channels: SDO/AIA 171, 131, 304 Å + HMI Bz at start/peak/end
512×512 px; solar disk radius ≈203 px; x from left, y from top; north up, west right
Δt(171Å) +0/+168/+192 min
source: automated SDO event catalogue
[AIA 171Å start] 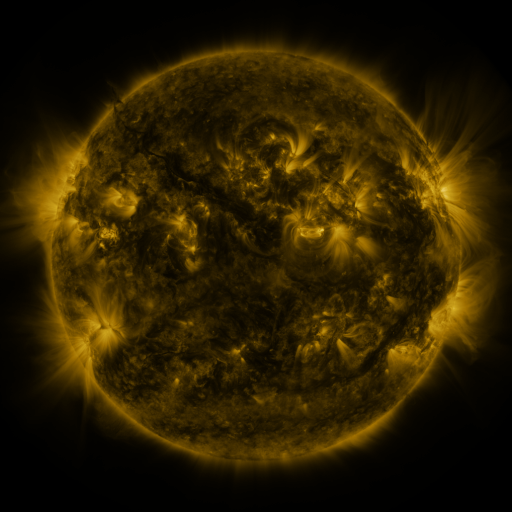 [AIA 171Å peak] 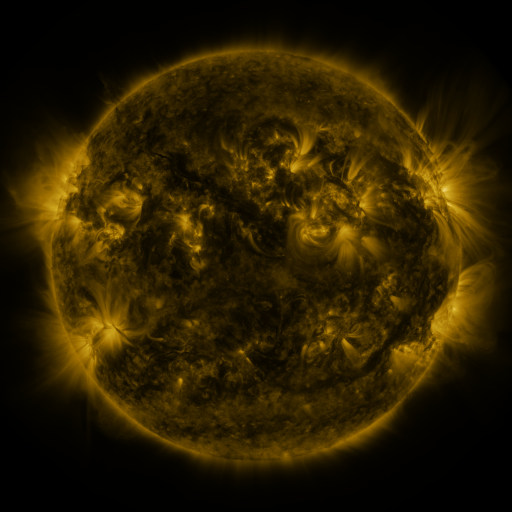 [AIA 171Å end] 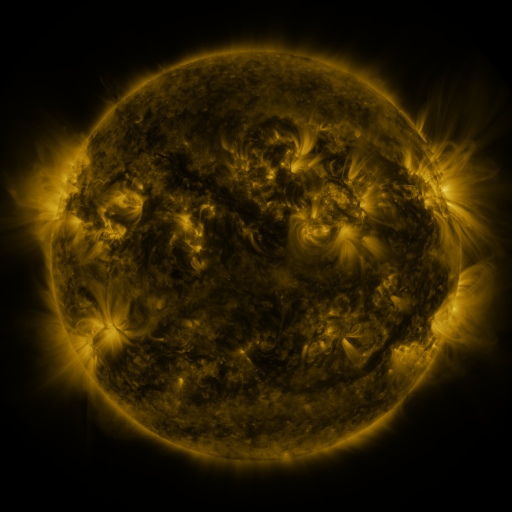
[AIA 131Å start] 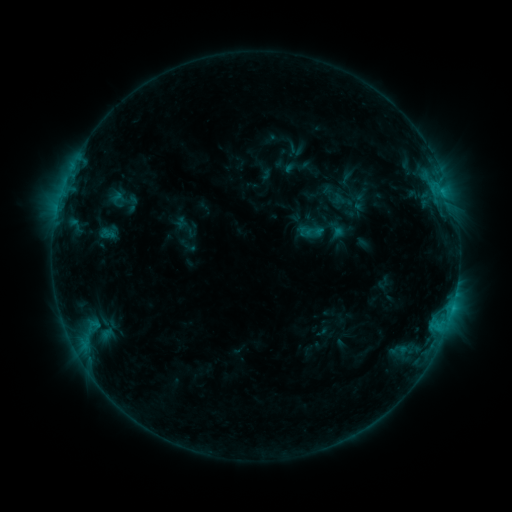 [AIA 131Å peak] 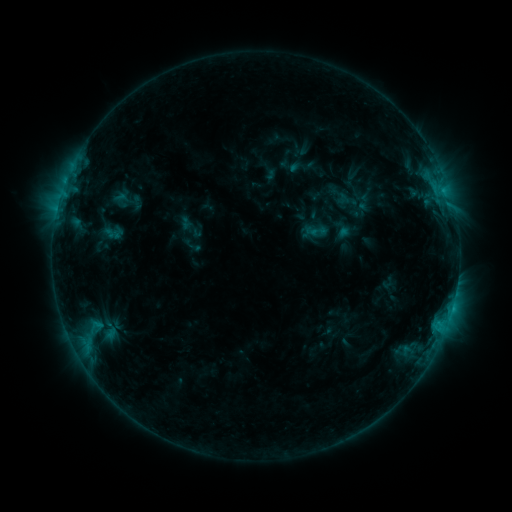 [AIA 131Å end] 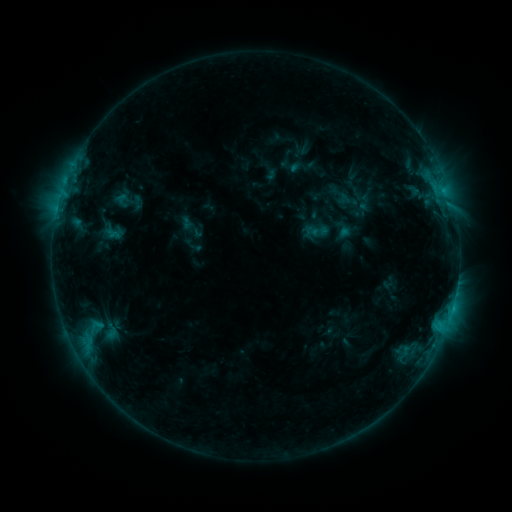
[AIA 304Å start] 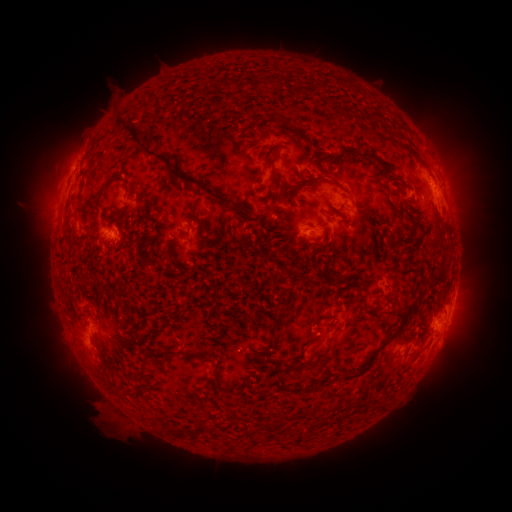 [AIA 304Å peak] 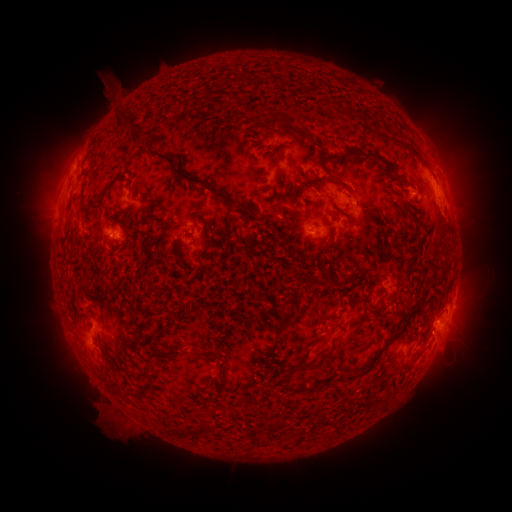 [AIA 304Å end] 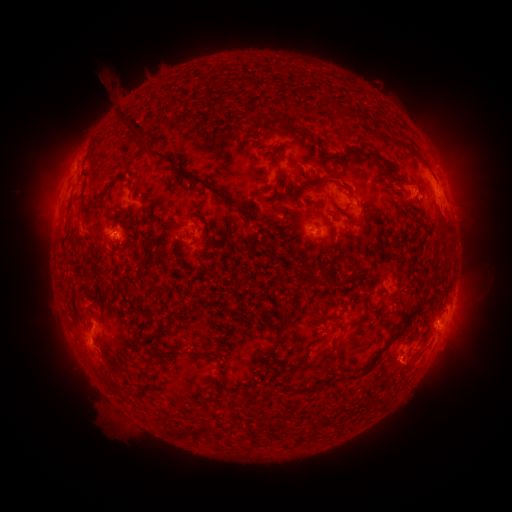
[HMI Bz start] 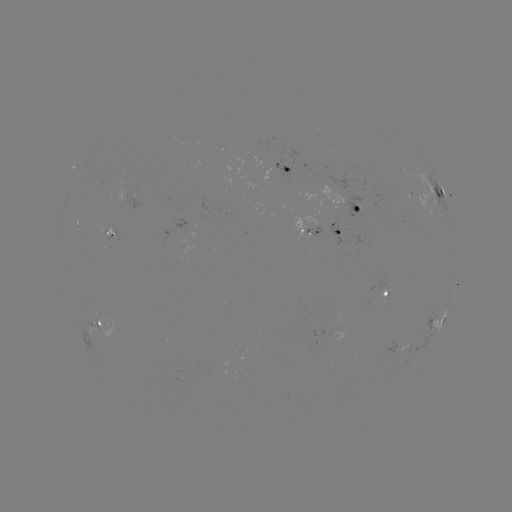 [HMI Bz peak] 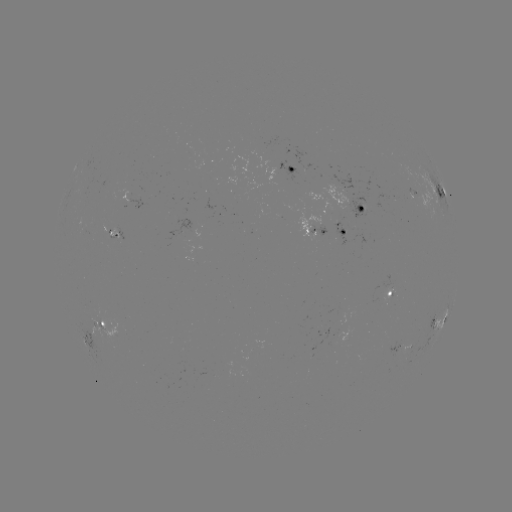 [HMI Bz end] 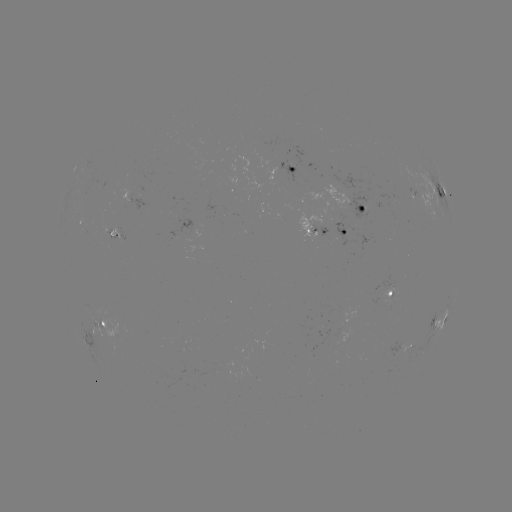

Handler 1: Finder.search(emerging-flux region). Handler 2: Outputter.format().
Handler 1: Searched emerging-flux region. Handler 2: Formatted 396,350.